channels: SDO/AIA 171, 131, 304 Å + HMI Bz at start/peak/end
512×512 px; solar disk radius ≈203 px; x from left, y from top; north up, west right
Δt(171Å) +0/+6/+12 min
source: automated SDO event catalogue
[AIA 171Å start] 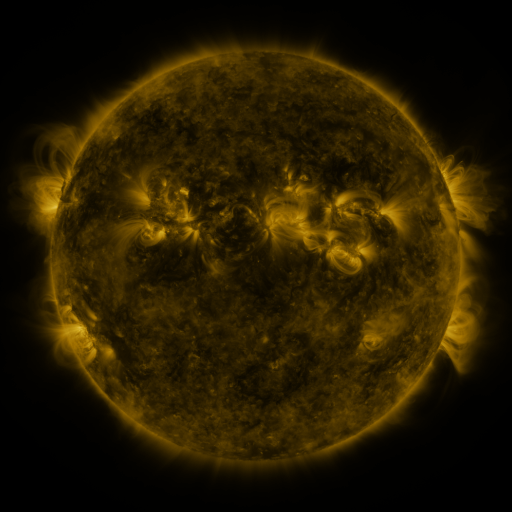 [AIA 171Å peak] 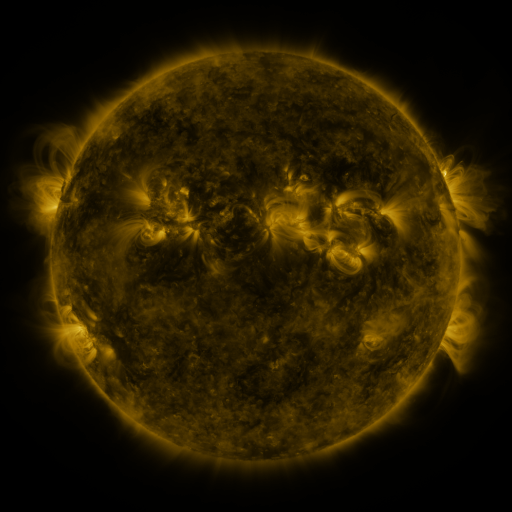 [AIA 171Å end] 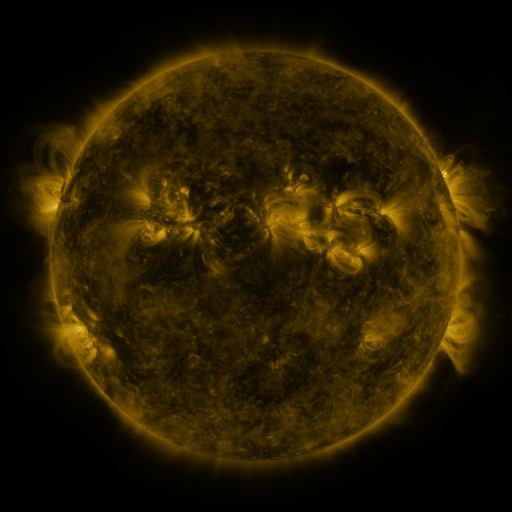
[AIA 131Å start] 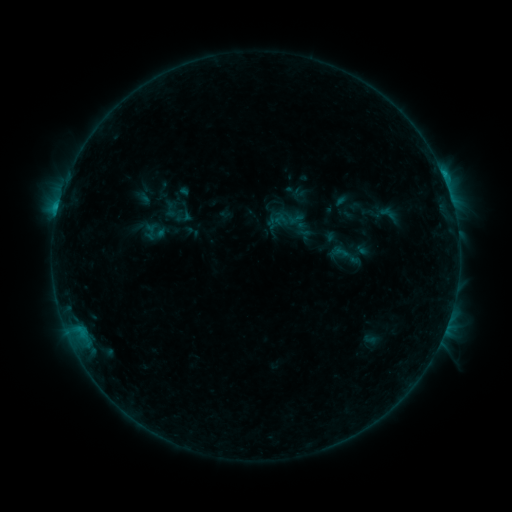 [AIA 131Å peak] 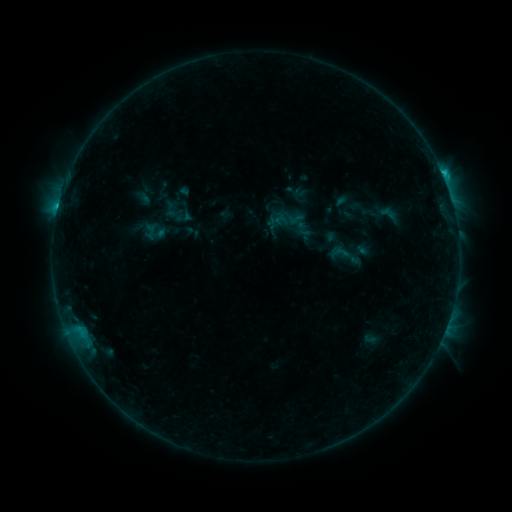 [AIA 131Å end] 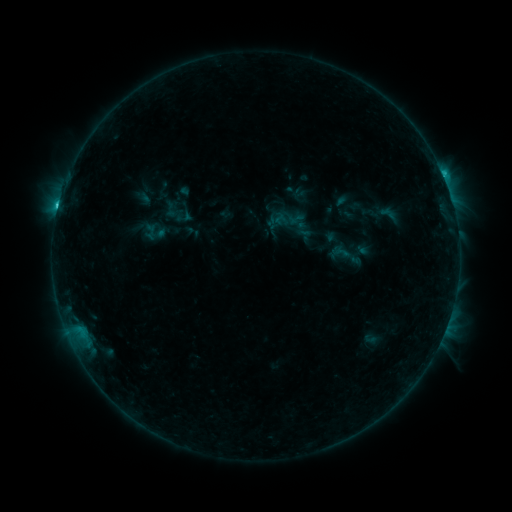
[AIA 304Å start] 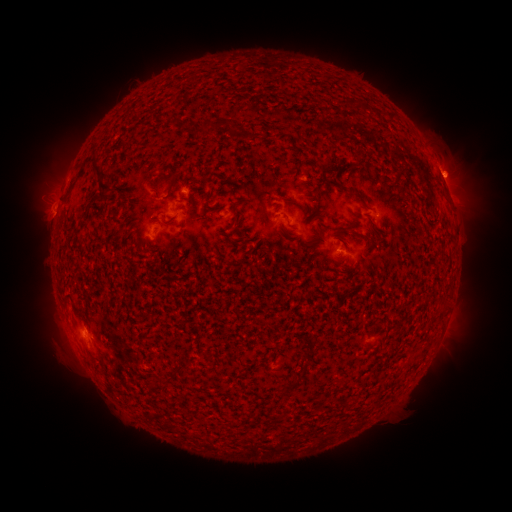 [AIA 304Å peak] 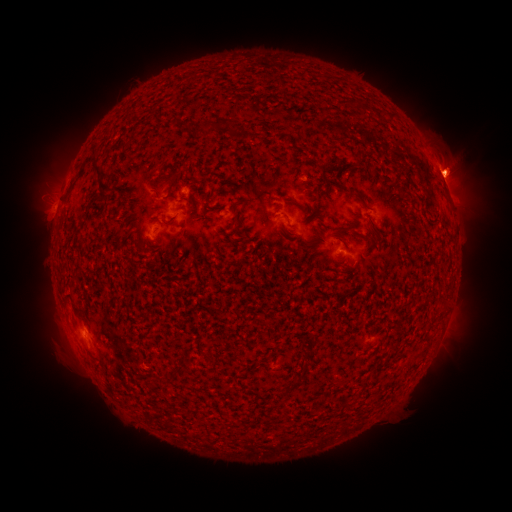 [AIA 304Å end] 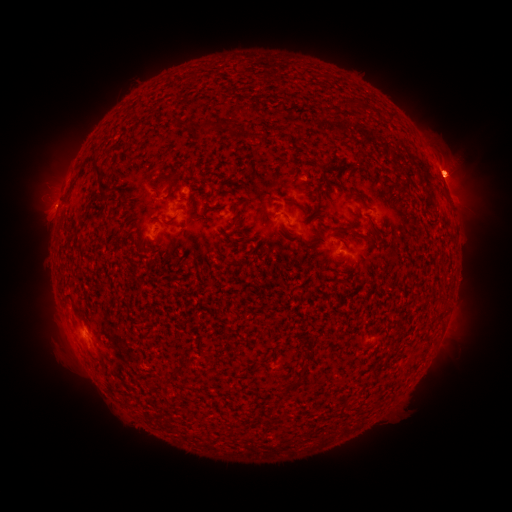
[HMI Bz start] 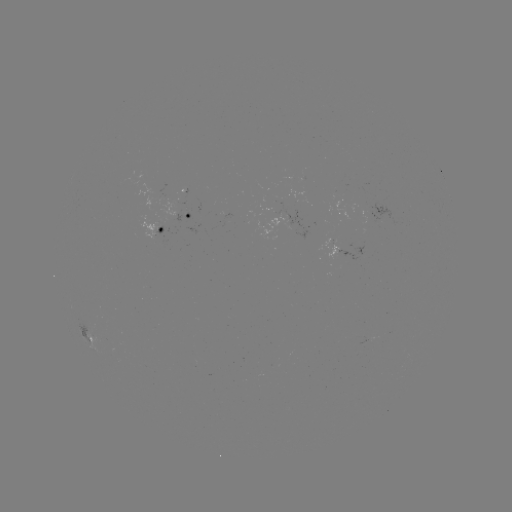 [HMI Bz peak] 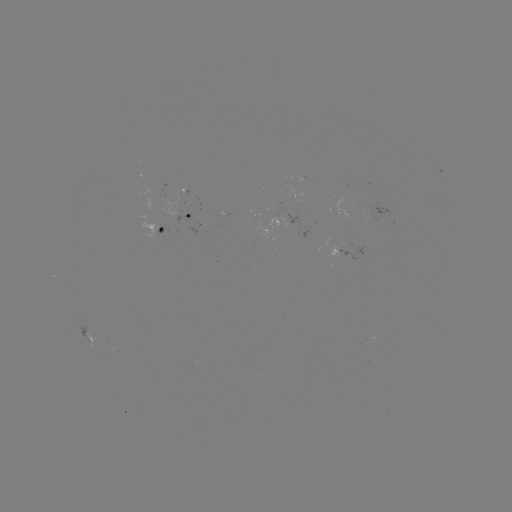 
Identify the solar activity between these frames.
eruption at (457, 169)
